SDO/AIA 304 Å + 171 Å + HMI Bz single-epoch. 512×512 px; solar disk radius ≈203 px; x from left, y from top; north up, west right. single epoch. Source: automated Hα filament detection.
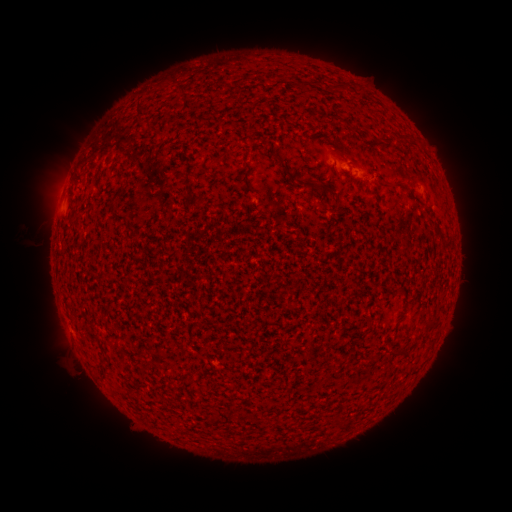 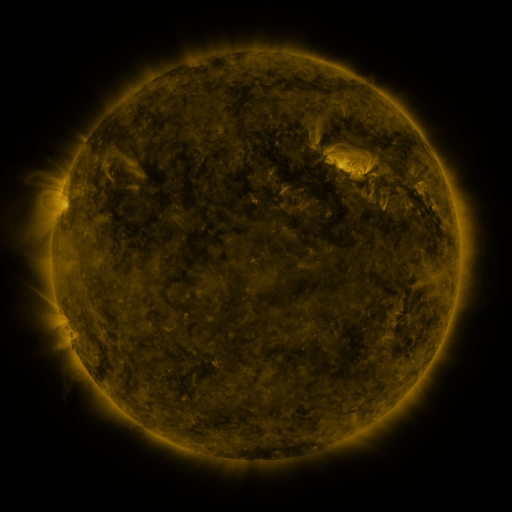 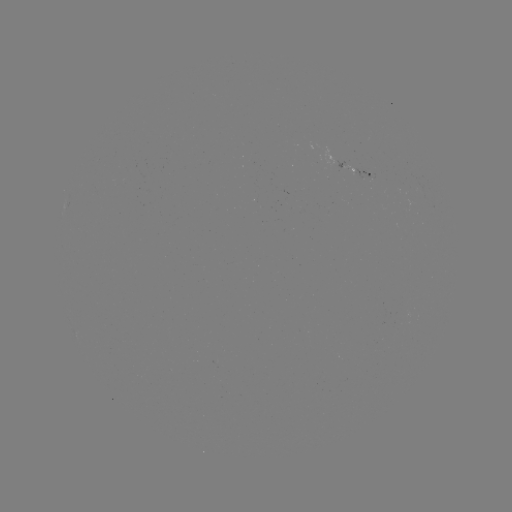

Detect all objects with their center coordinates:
filament: [136, 100, 151, 126]
filament: [348, 125, 358, 134]
filament: [274, 155, 288, 170]
filament: [386, 181, 401, 189]
filament: [117, 185, 126, 196]
filament: [195, 199, 205, 207]
filament: [395, 289, 406, 297]
filament: [425, 321, 437, 330]
